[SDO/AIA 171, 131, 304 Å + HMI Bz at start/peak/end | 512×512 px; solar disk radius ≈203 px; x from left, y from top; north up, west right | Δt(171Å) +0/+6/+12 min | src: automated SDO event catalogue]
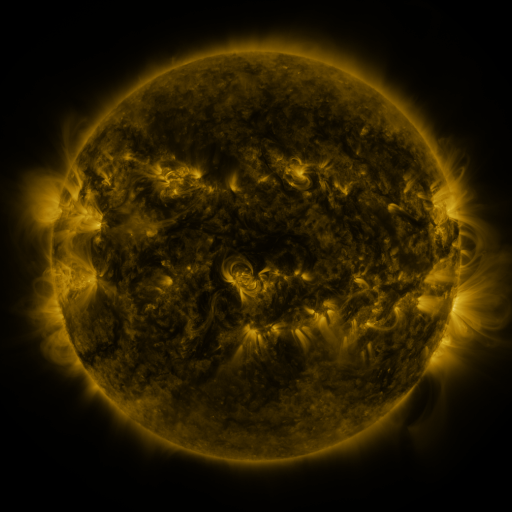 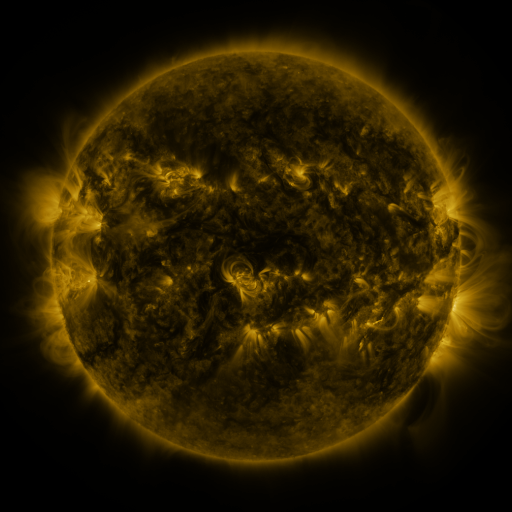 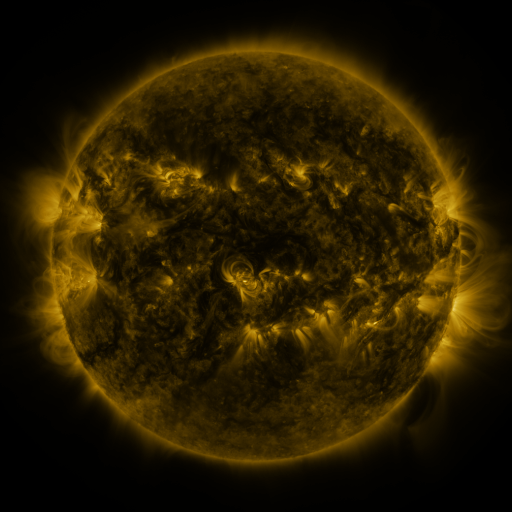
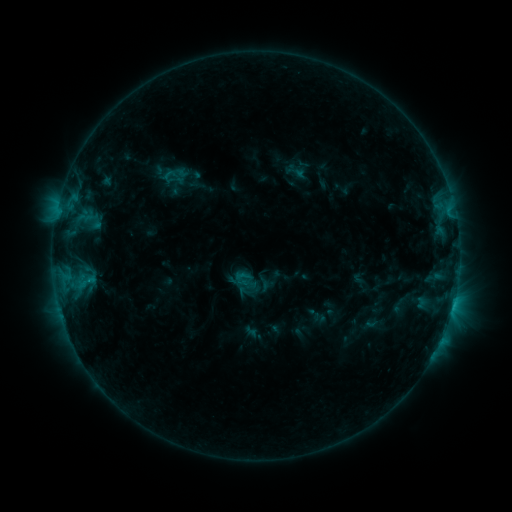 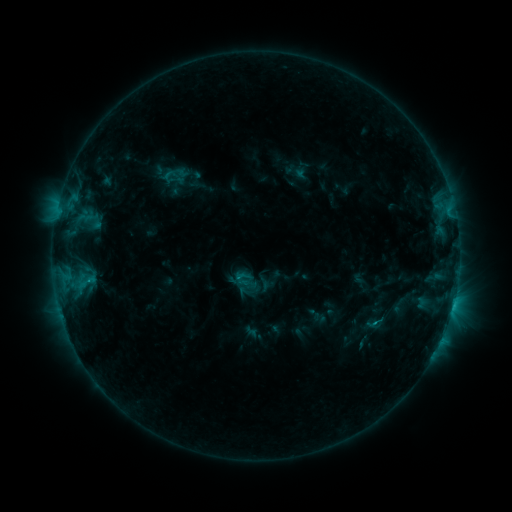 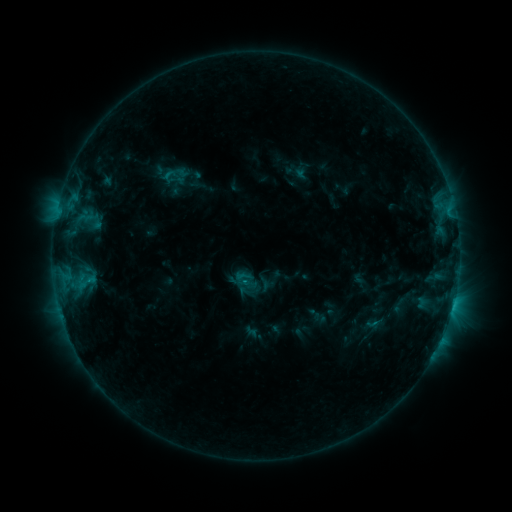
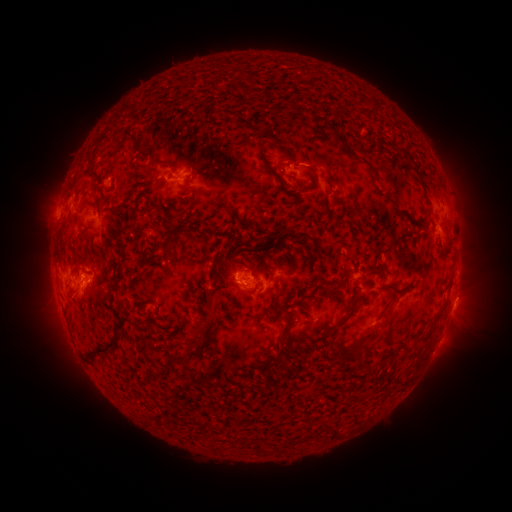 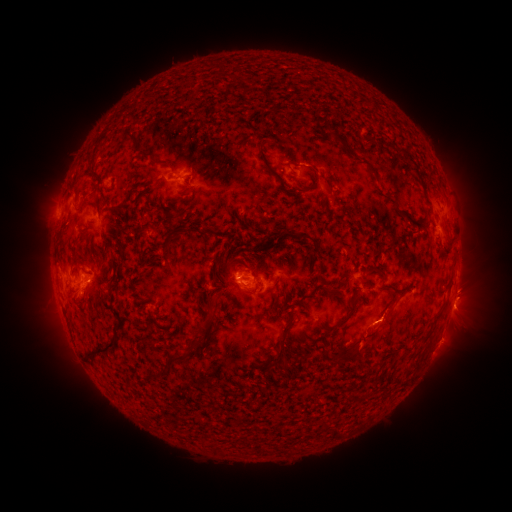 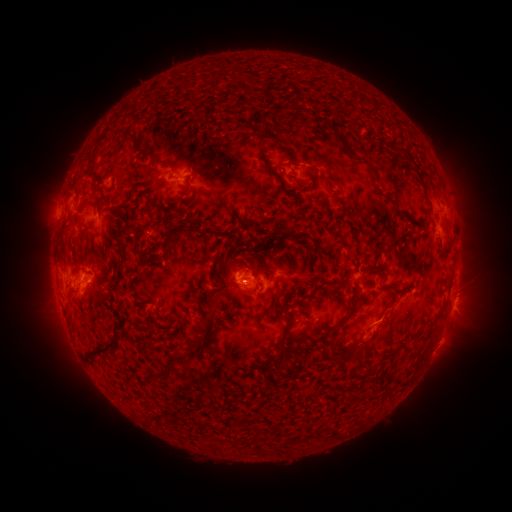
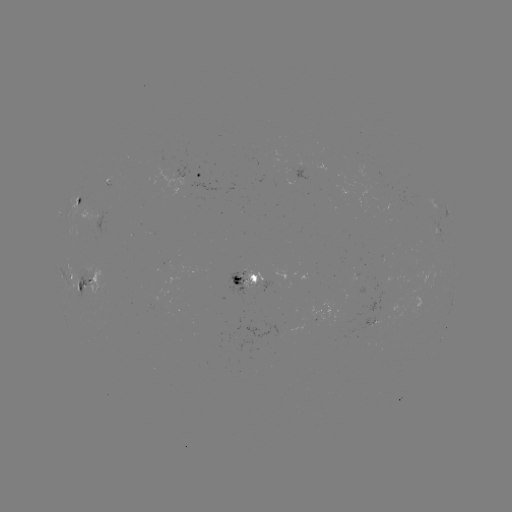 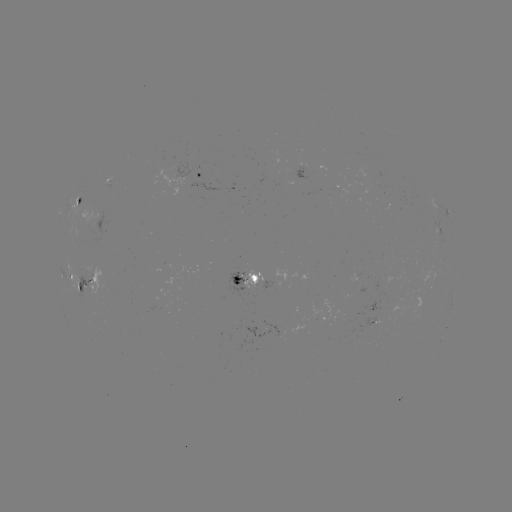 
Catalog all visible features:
eruption: (375, 334)
